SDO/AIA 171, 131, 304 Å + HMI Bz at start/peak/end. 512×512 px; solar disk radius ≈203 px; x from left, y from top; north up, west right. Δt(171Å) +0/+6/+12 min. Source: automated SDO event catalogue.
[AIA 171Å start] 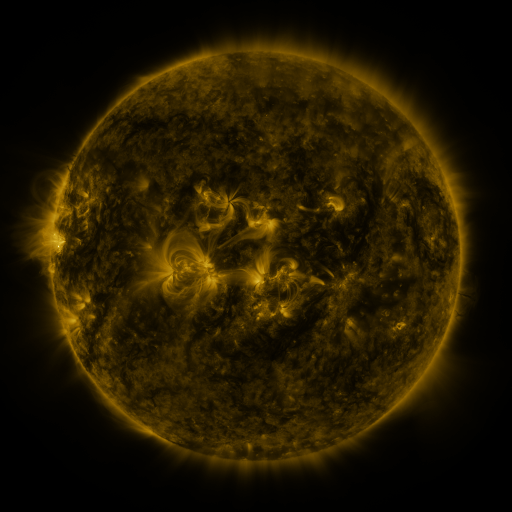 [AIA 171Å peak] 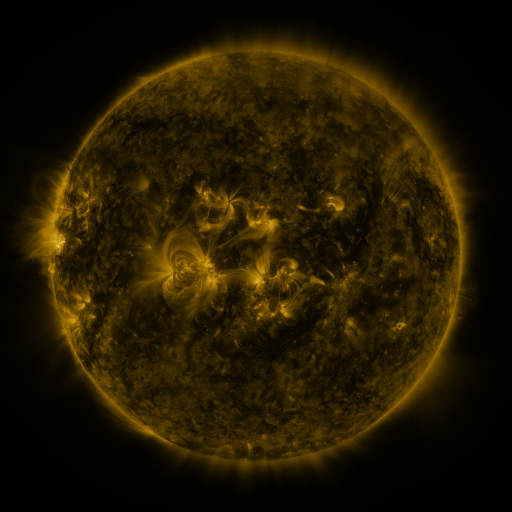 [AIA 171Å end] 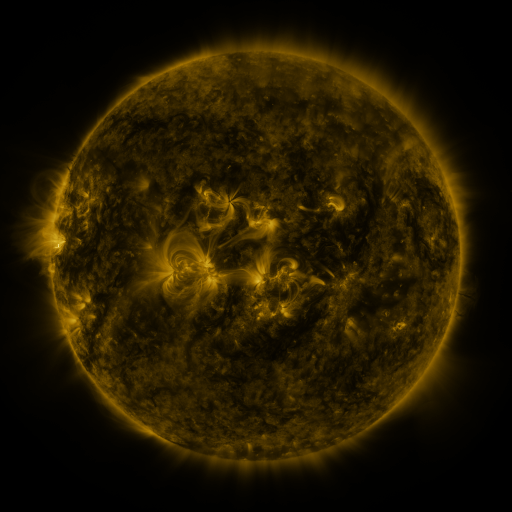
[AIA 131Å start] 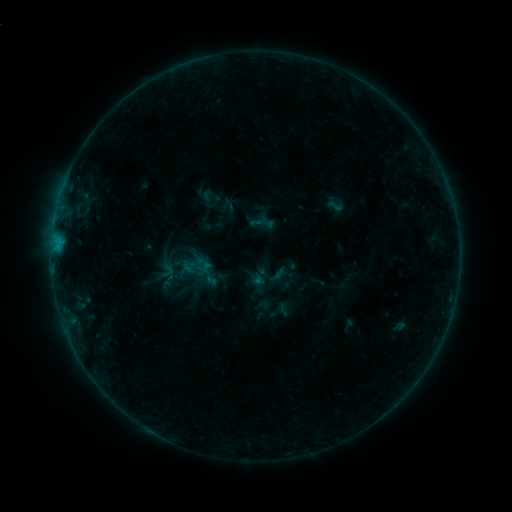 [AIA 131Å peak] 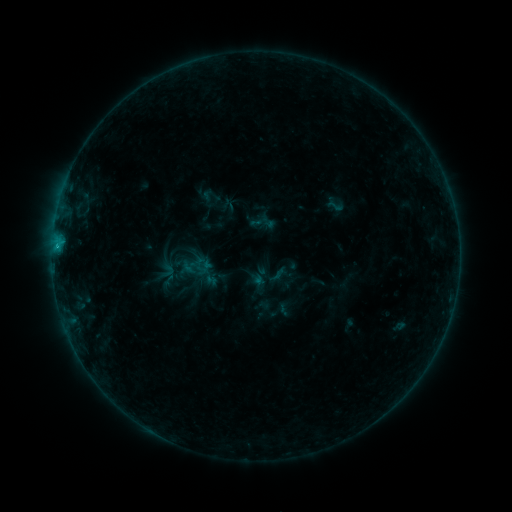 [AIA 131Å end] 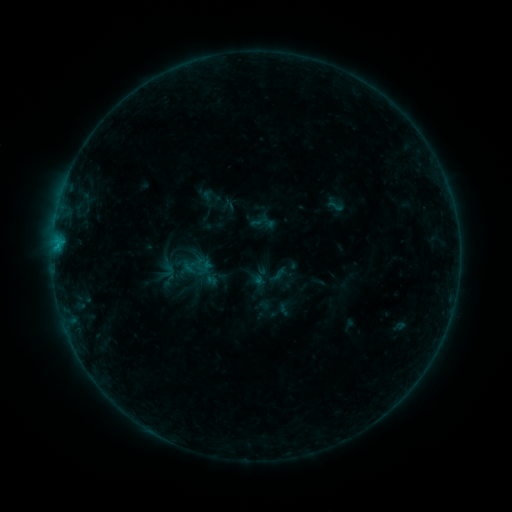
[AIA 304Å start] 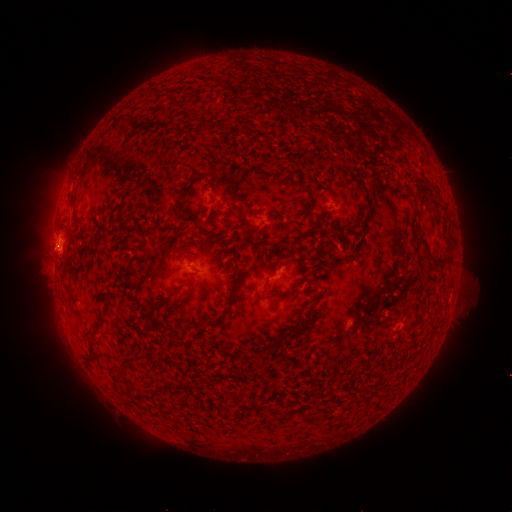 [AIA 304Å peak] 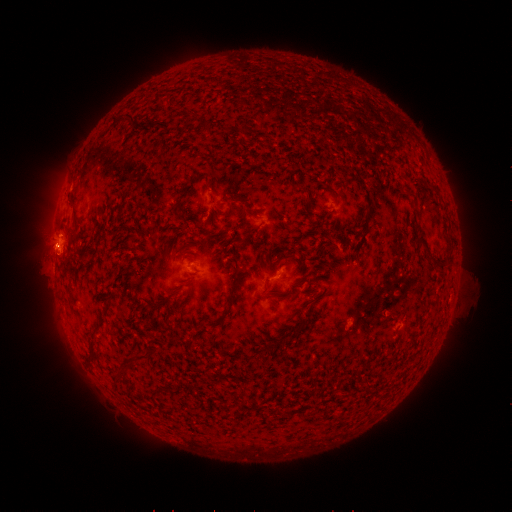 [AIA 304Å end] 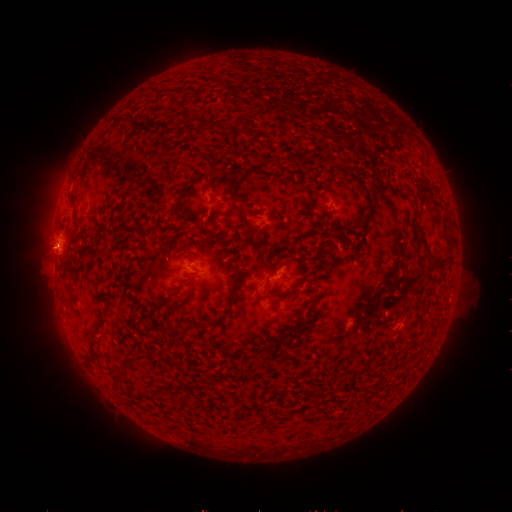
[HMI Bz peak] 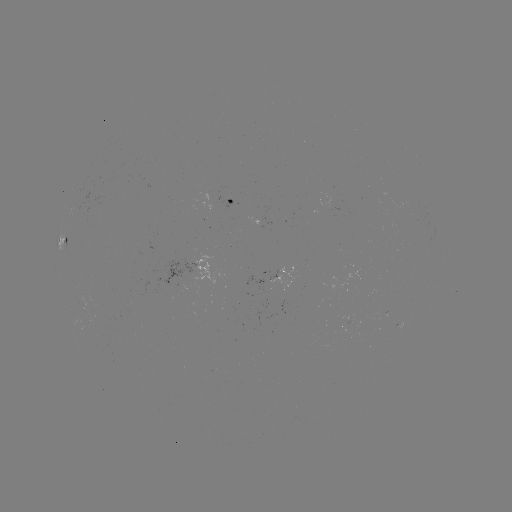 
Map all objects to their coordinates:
B6.0 flare: (372, 309)
